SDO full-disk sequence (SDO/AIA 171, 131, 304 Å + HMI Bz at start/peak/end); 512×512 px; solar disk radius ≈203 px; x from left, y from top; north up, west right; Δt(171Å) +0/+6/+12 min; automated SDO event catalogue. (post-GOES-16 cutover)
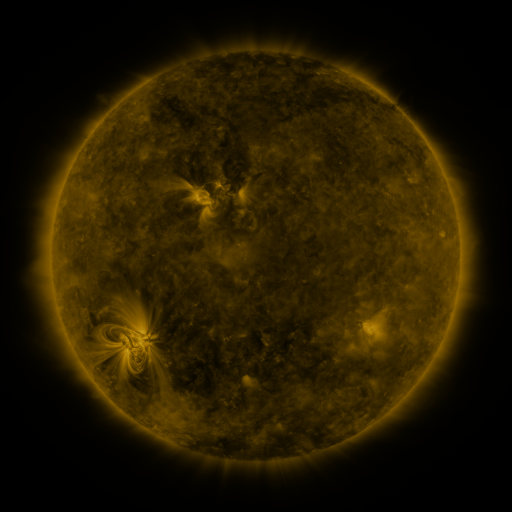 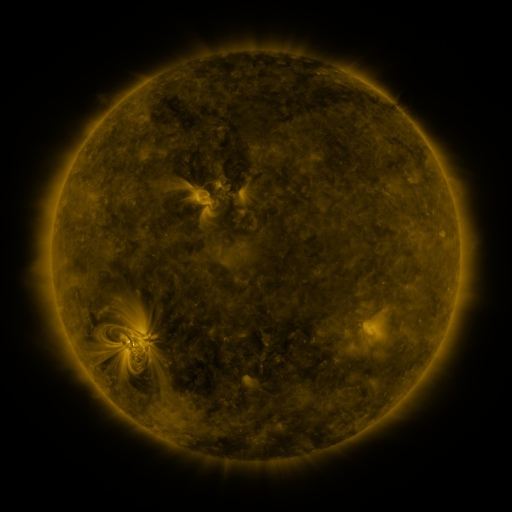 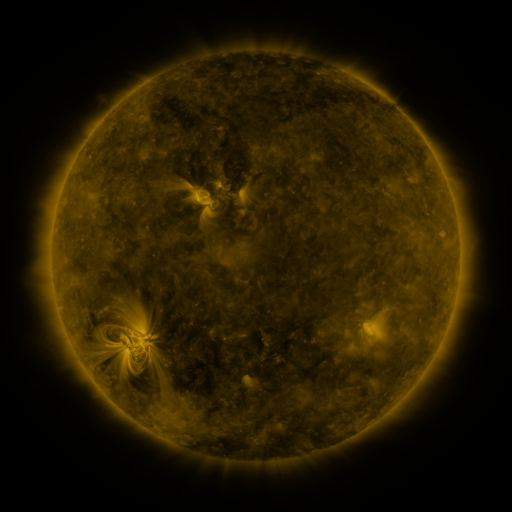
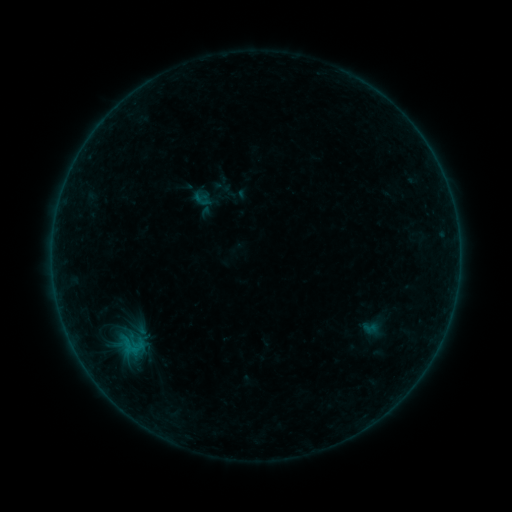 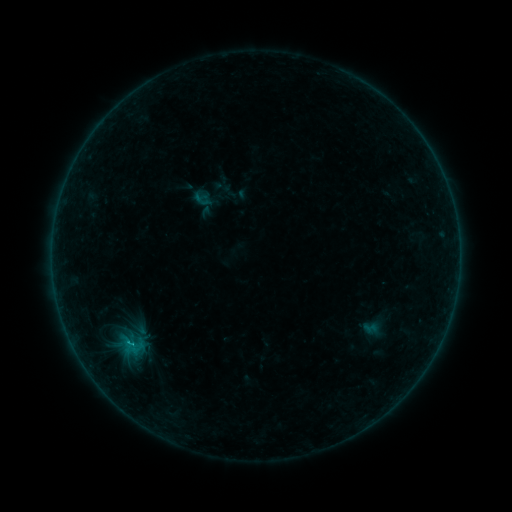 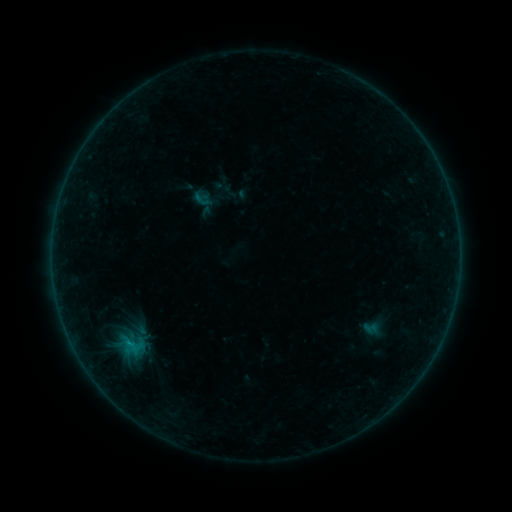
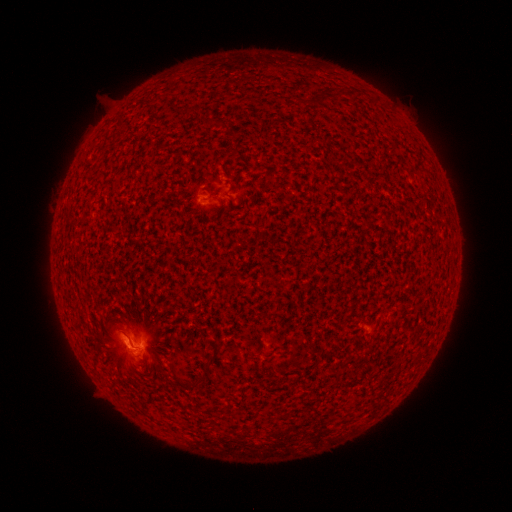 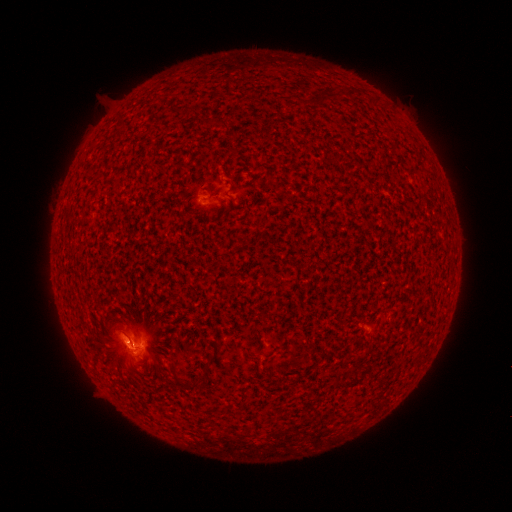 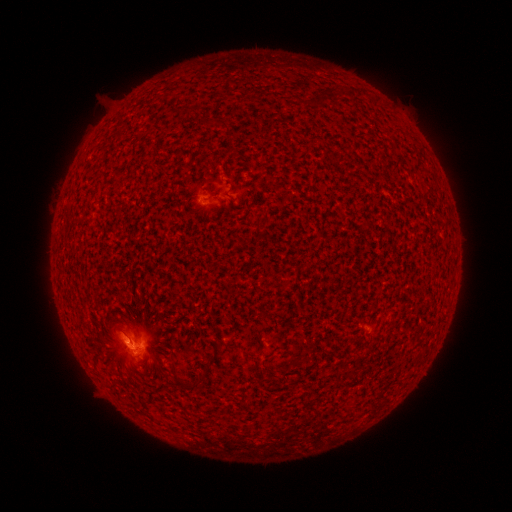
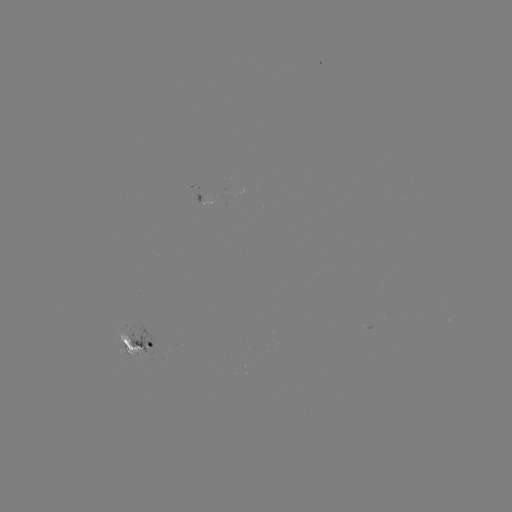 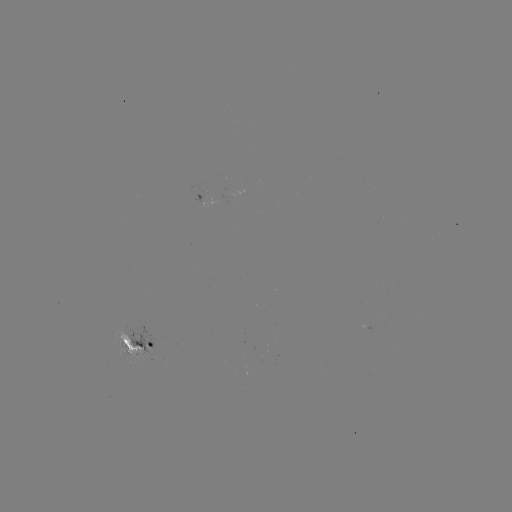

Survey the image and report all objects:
B9.6 flare: (130, 344)
